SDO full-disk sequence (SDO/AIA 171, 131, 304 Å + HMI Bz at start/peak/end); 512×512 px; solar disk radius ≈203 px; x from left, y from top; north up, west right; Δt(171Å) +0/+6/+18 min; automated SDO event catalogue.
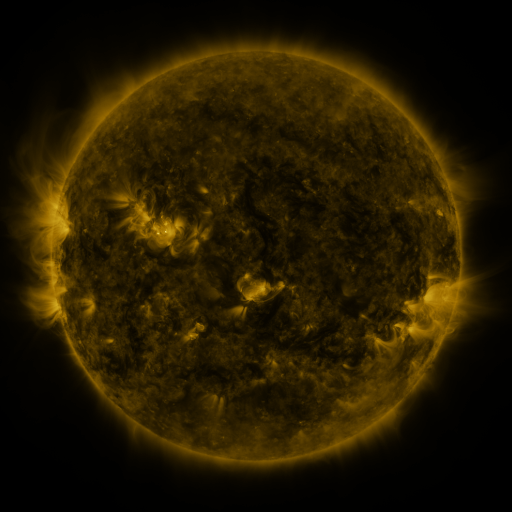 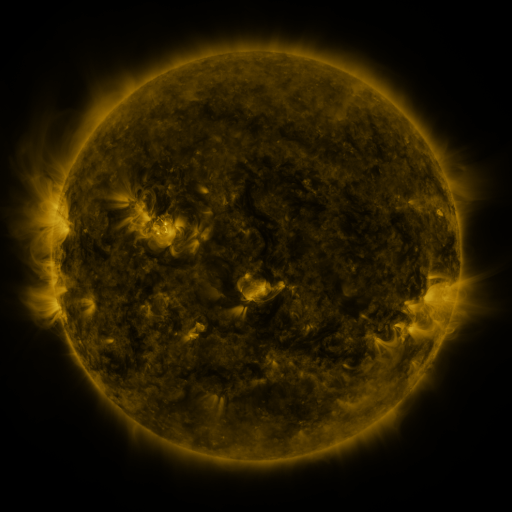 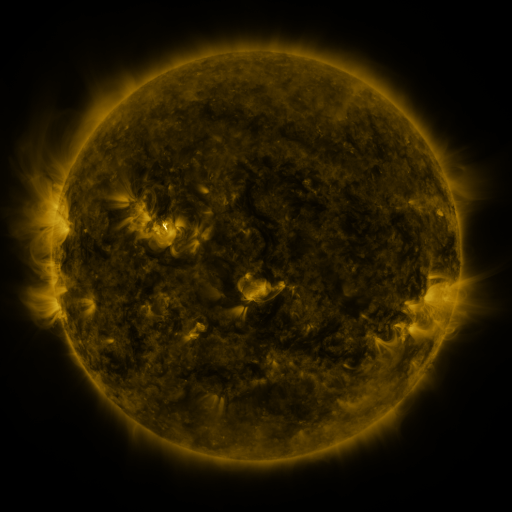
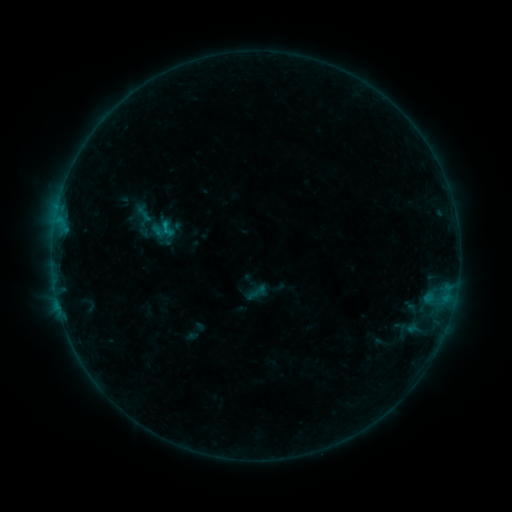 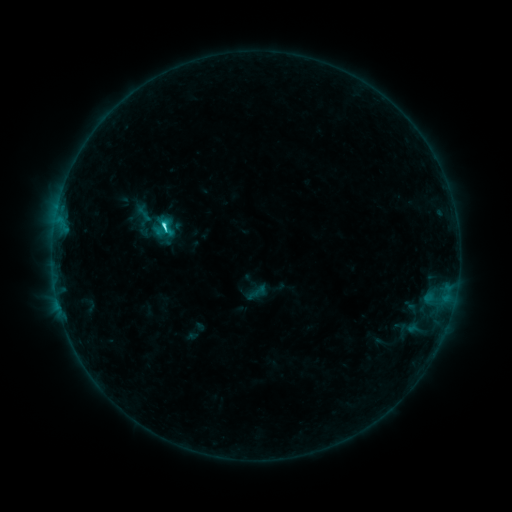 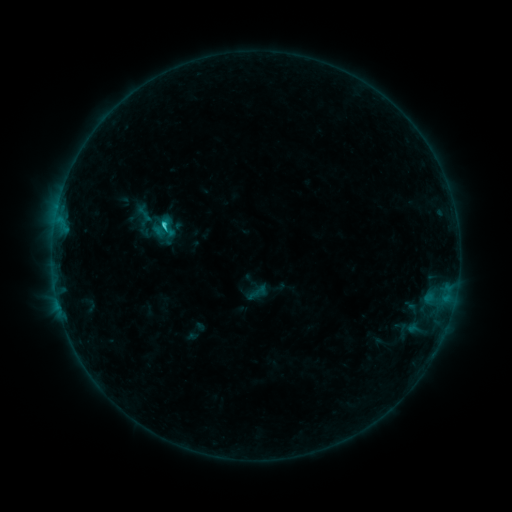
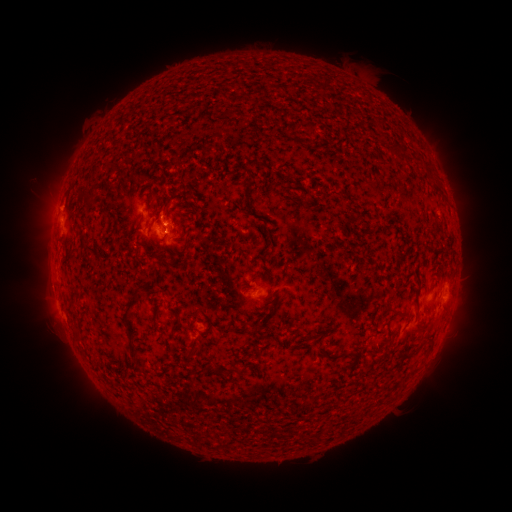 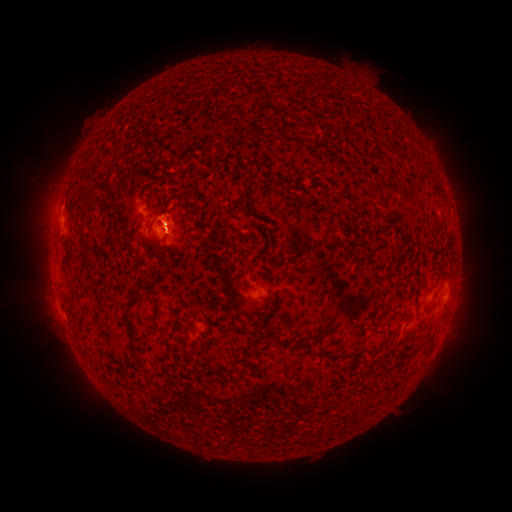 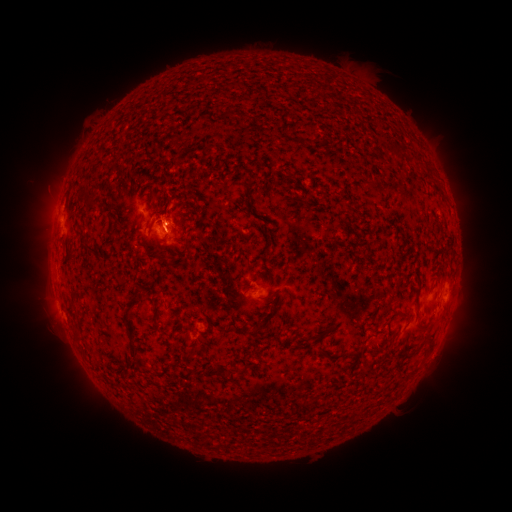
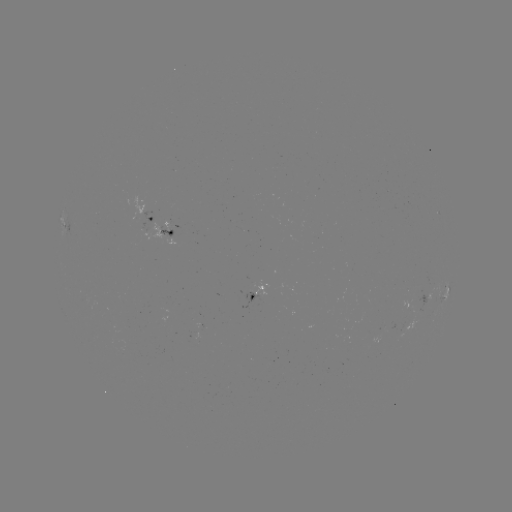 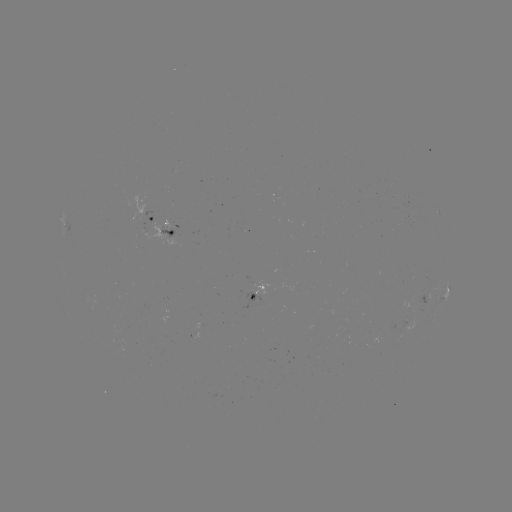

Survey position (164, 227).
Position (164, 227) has C2.2 flare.